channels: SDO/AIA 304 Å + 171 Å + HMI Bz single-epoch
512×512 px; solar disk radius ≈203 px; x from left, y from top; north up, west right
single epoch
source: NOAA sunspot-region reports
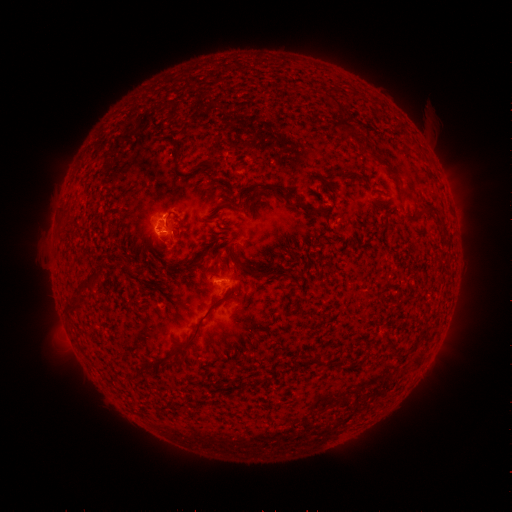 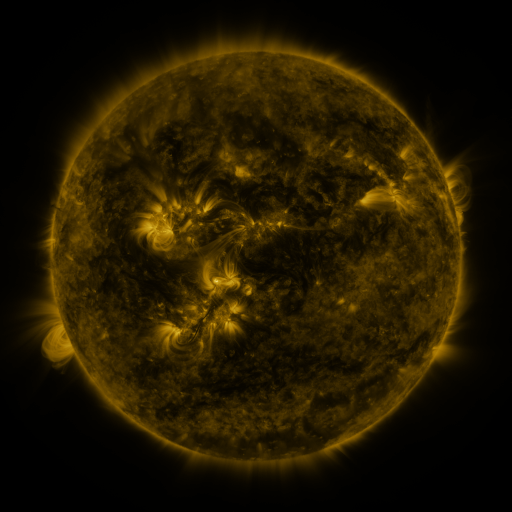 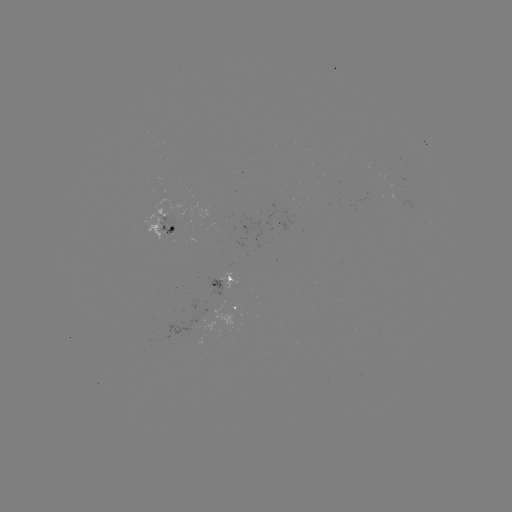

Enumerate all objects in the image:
spotted active region: (163, 225)
spotted active region: (218, 283)
spotted active region: (239, 311)
